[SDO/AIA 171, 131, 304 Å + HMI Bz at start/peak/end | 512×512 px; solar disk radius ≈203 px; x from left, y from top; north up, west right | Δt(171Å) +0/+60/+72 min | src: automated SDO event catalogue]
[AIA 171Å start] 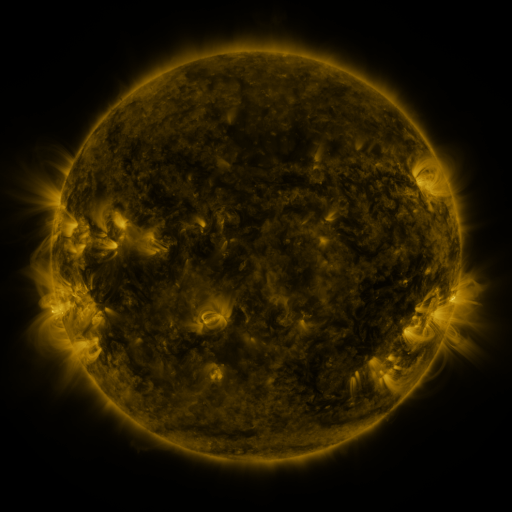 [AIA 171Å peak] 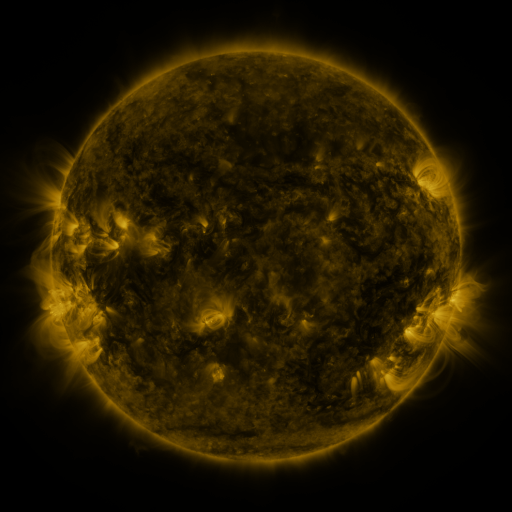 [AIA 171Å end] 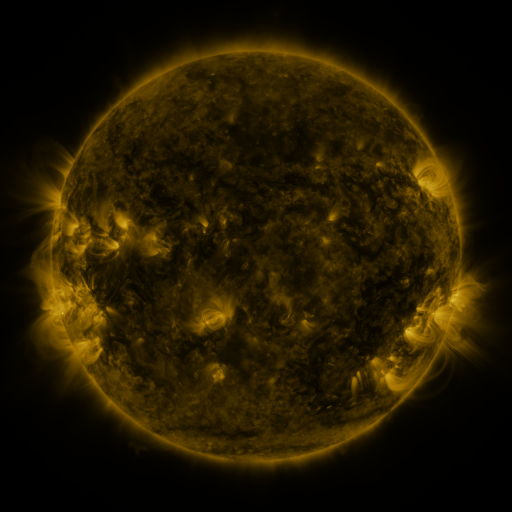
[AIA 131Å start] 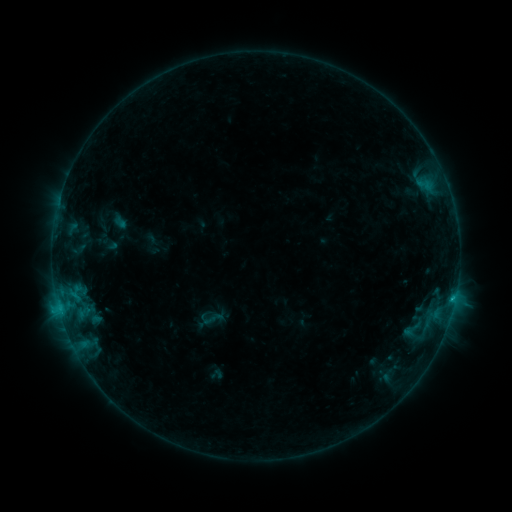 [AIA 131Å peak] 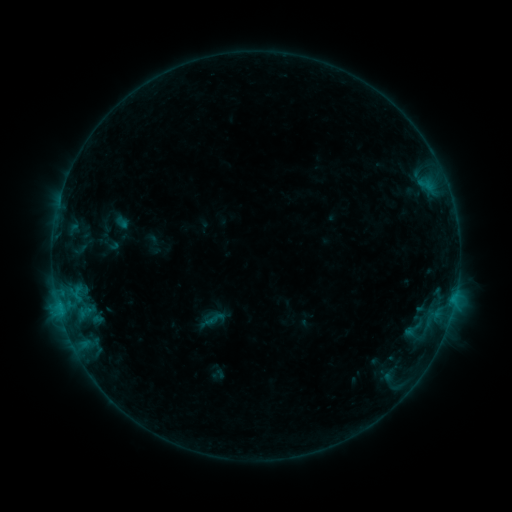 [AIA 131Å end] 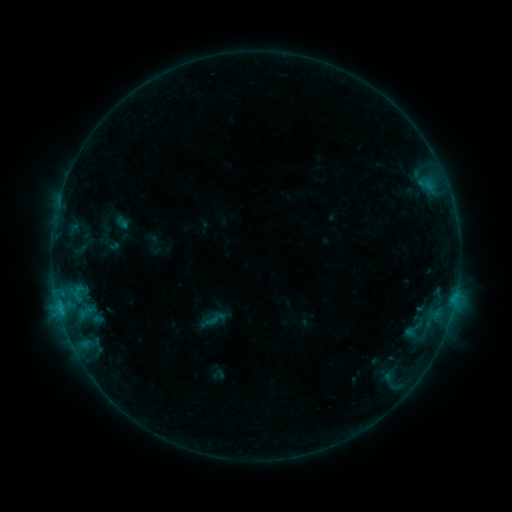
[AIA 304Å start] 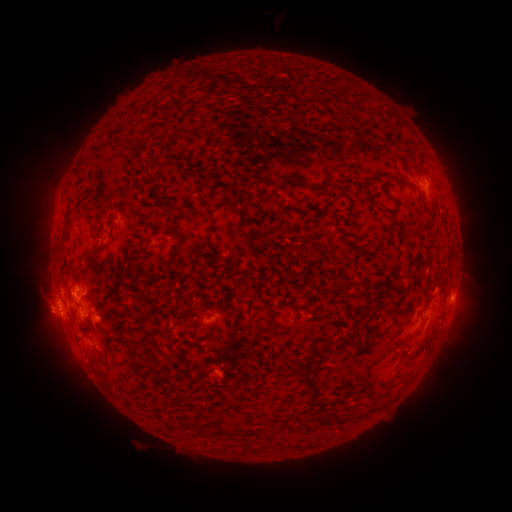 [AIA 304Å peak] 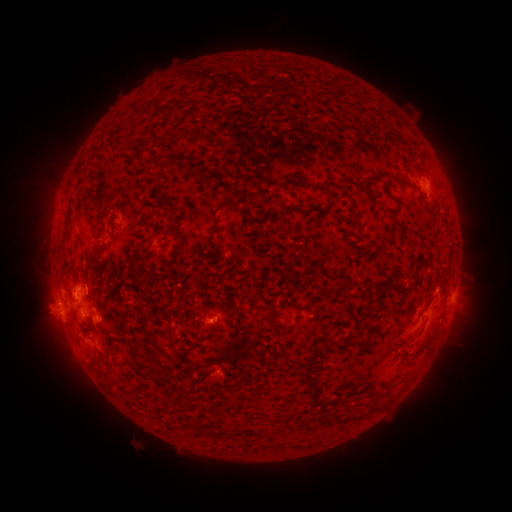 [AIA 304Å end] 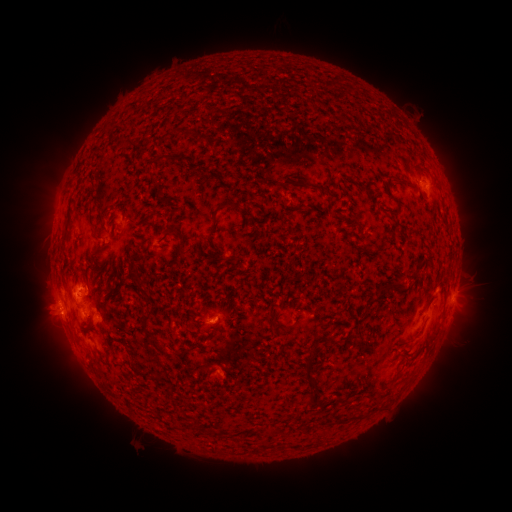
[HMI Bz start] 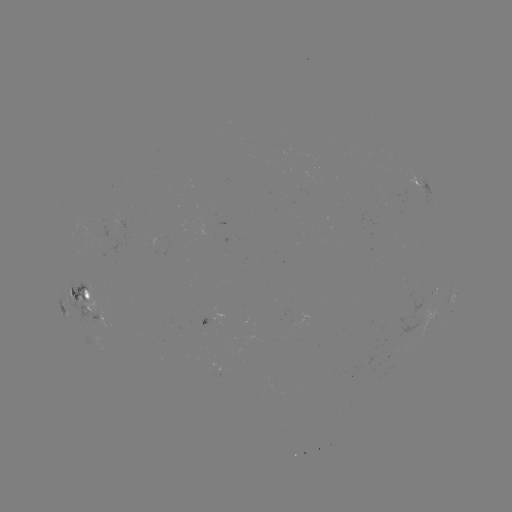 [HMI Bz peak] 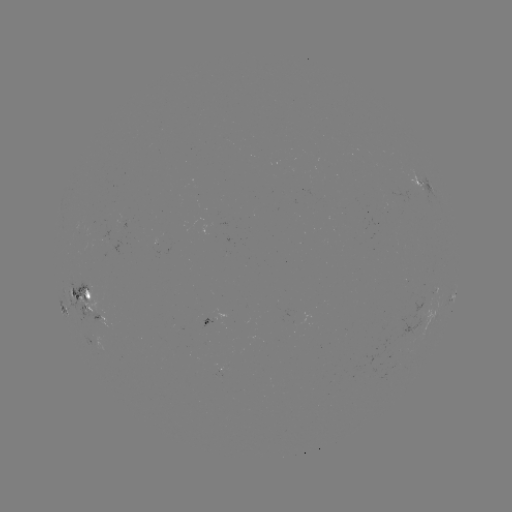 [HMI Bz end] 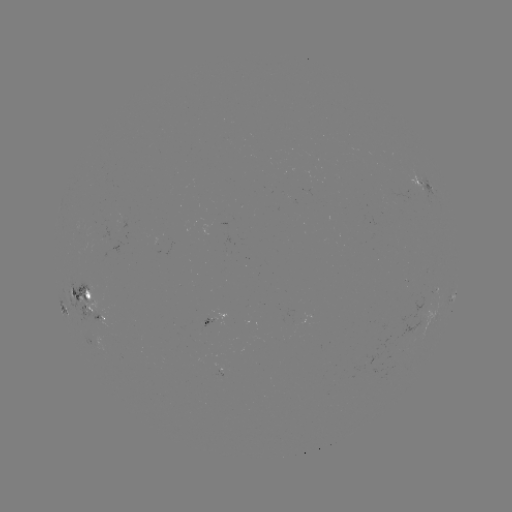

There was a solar emerging-flux region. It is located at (208, 319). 